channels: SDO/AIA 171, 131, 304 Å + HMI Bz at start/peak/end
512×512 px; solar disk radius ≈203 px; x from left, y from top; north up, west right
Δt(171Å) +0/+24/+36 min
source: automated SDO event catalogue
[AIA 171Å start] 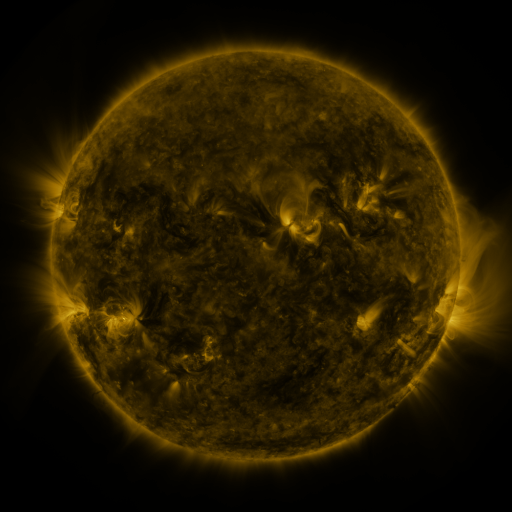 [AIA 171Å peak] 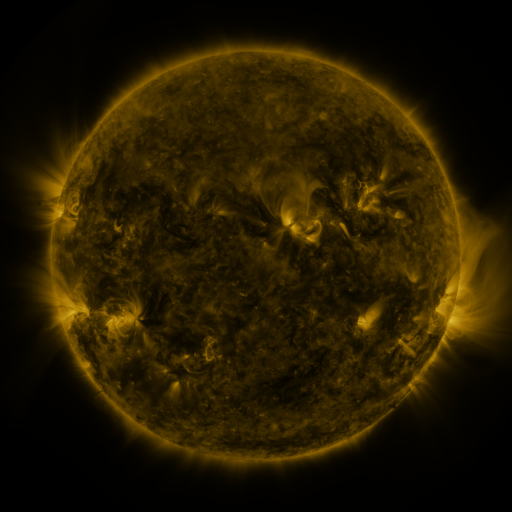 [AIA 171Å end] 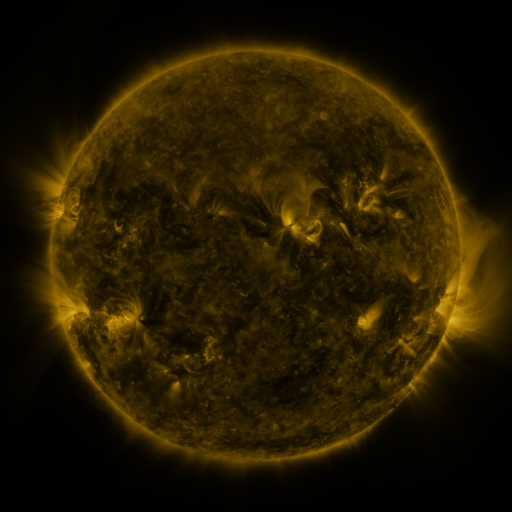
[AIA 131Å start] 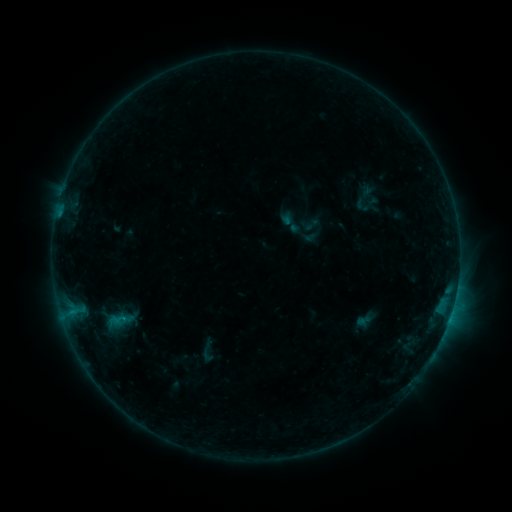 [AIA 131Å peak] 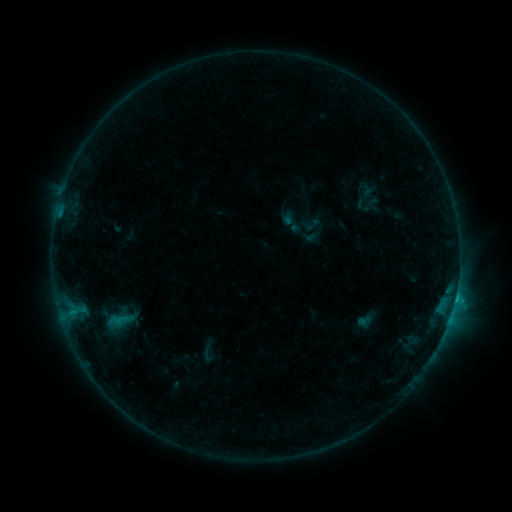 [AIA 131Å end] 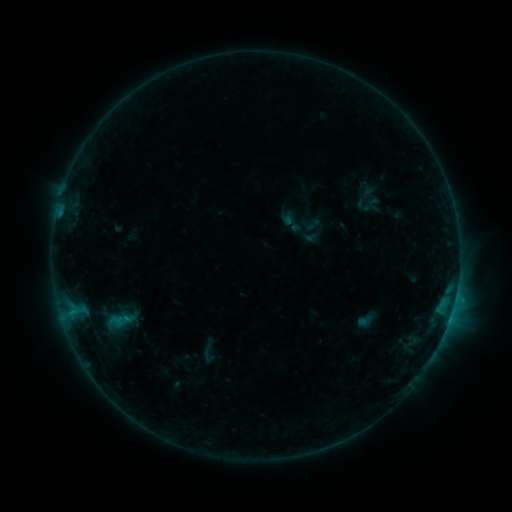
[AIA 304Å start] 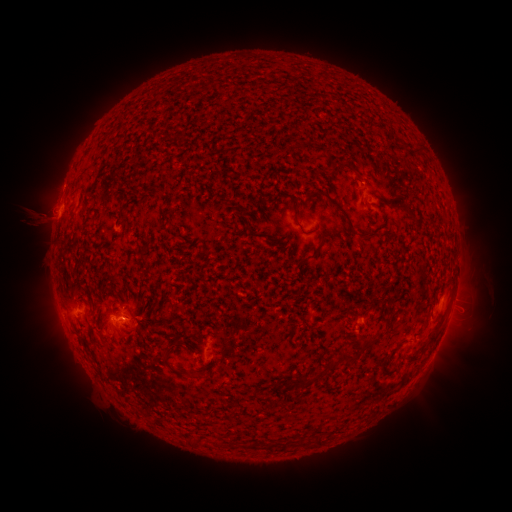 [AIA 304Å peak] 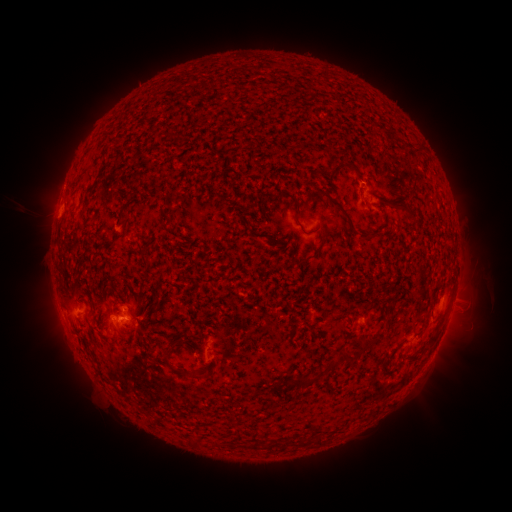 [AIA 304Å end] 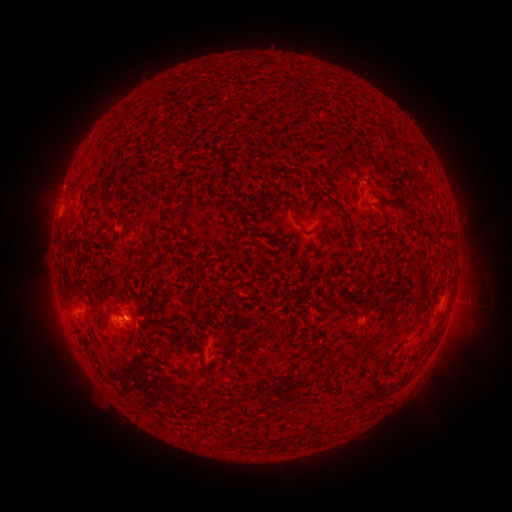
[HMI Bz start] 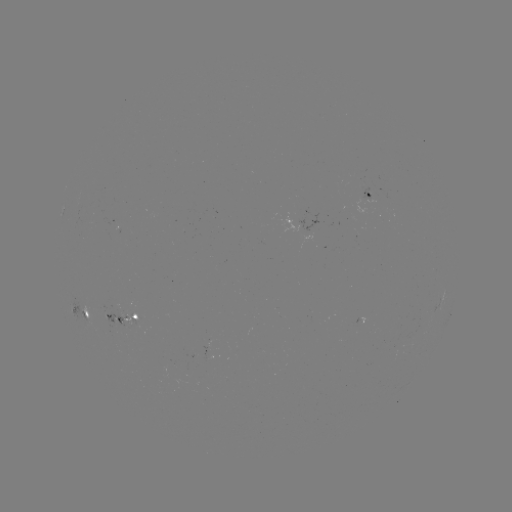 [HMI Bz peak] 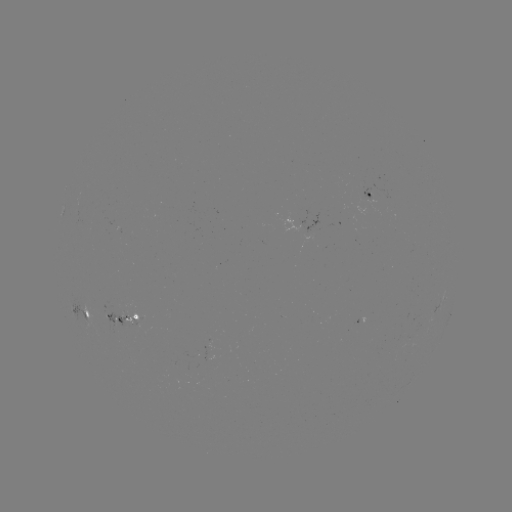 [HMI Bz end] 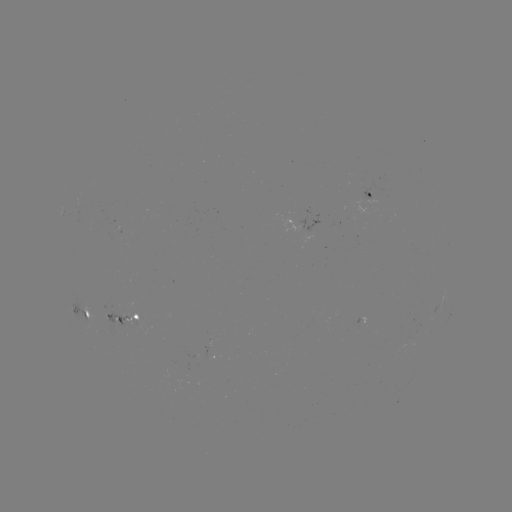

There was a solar flare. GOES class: B9.7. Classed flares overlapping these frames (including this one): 1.